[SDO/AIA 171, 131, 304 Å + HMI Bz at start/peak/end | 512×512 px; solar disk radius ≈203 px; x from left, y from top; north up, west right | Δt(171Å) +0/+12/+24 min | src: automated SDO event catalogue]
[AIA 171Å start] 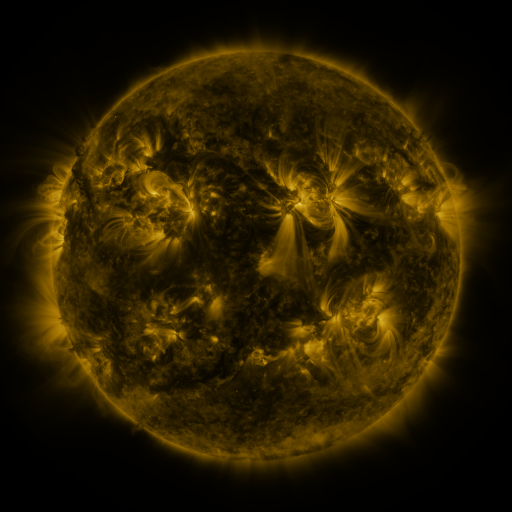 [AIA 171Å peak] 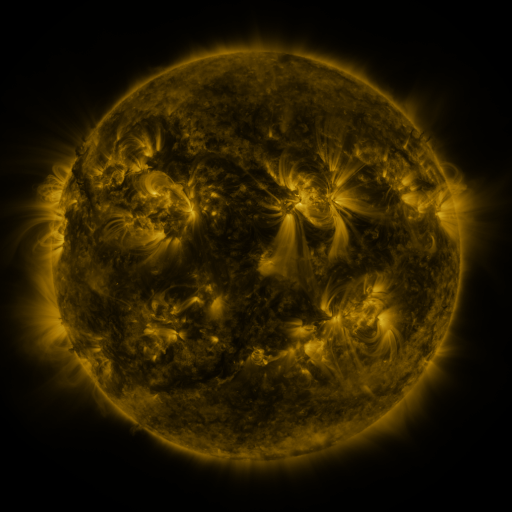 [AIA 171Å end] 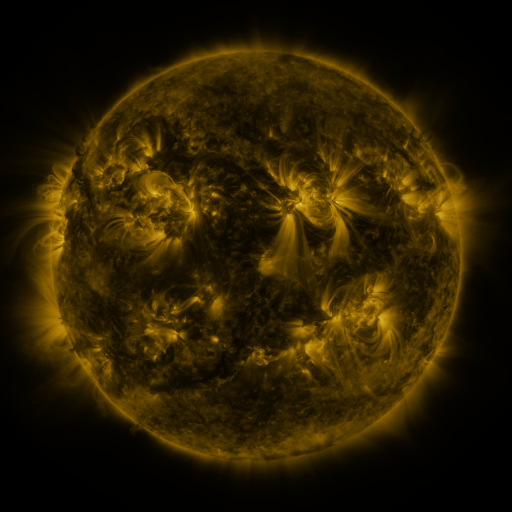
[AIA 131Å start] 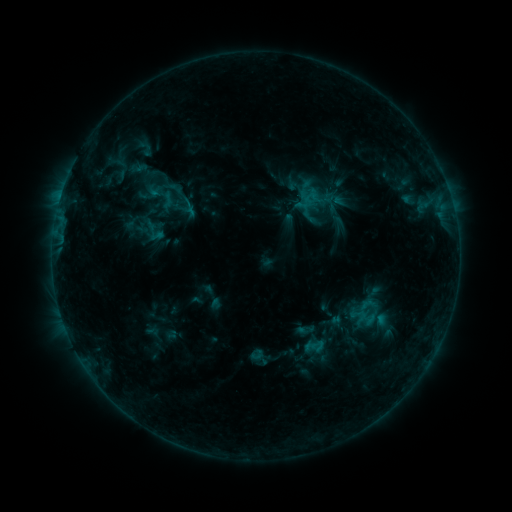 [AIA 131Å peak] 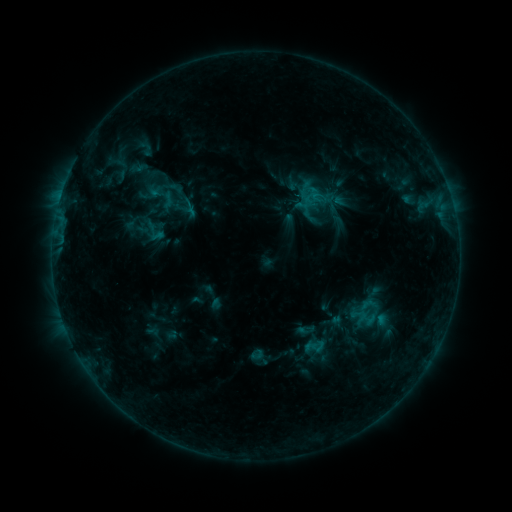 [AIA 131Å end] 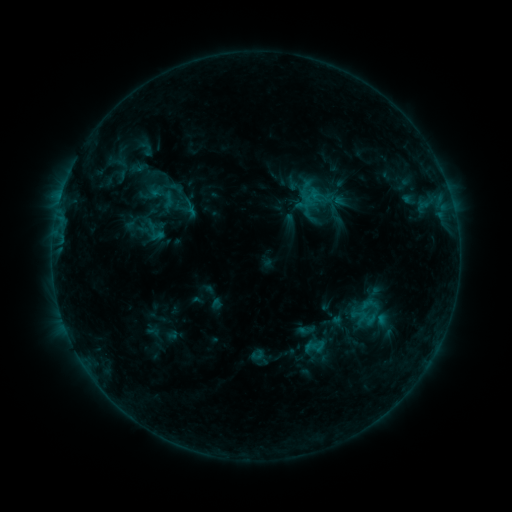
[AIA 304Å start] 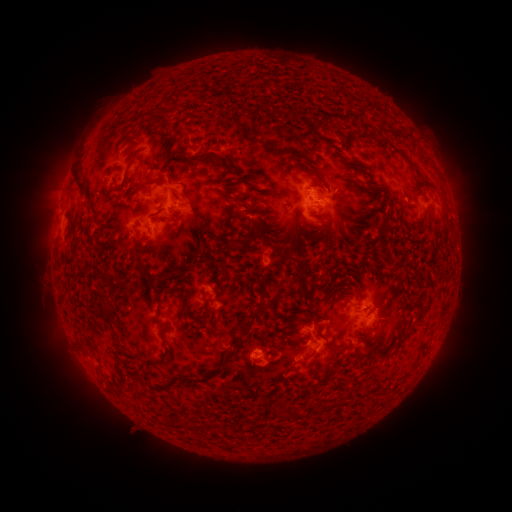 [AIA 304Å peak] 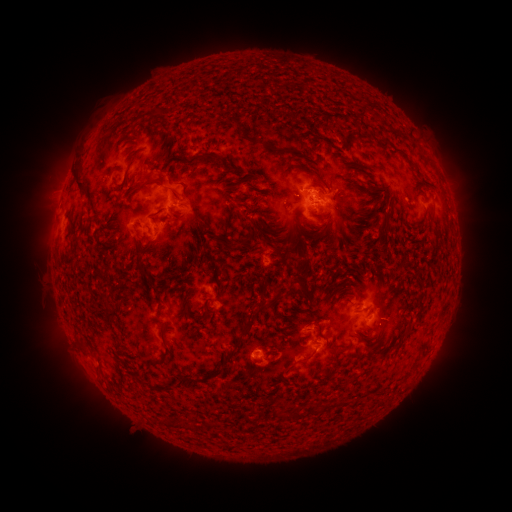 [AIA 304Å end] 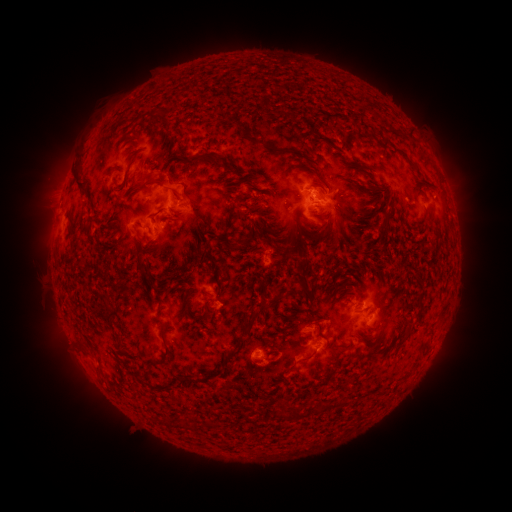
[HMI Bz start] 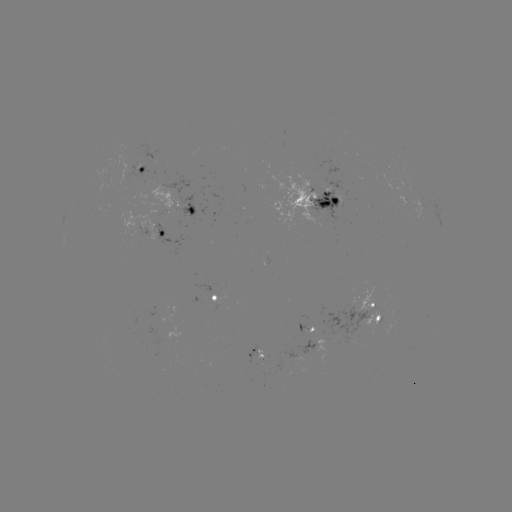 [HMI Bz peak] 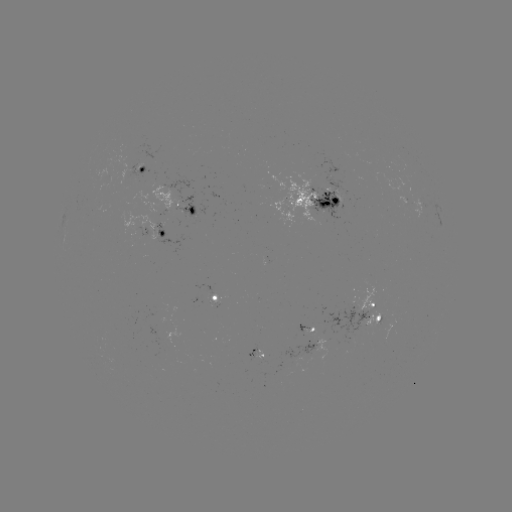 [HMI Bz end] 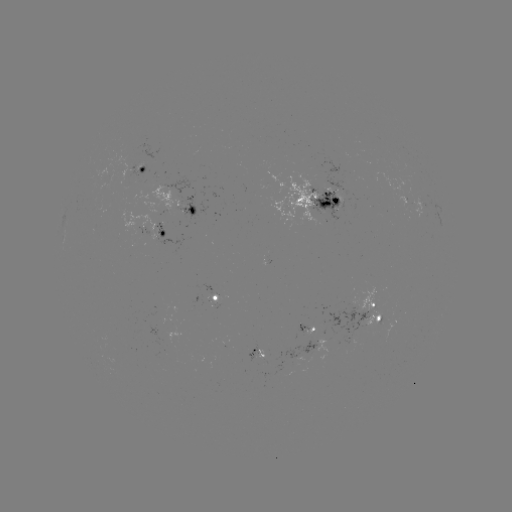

no catalogued flare and no flagged EUV brightening in this window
